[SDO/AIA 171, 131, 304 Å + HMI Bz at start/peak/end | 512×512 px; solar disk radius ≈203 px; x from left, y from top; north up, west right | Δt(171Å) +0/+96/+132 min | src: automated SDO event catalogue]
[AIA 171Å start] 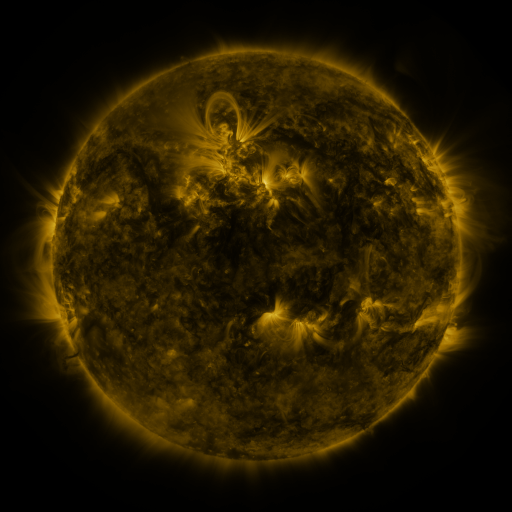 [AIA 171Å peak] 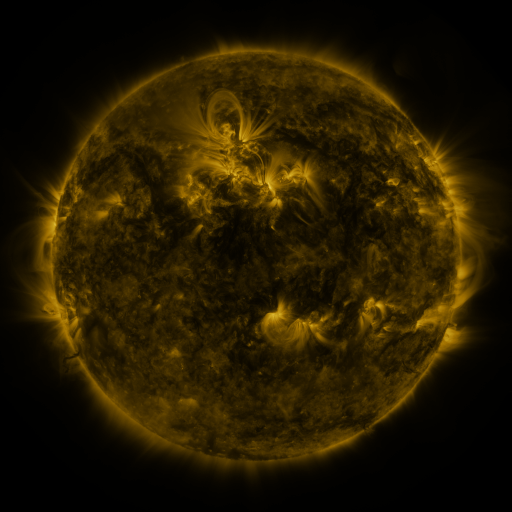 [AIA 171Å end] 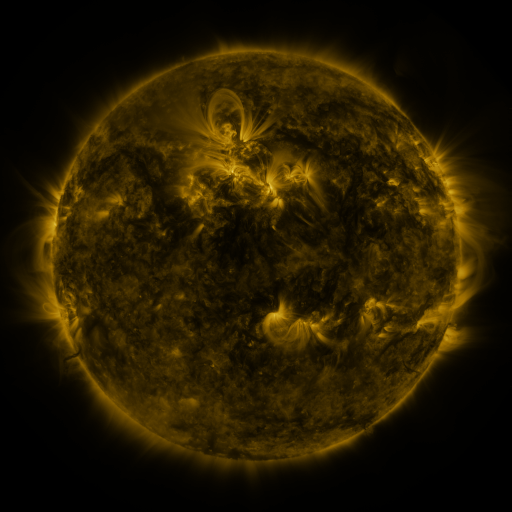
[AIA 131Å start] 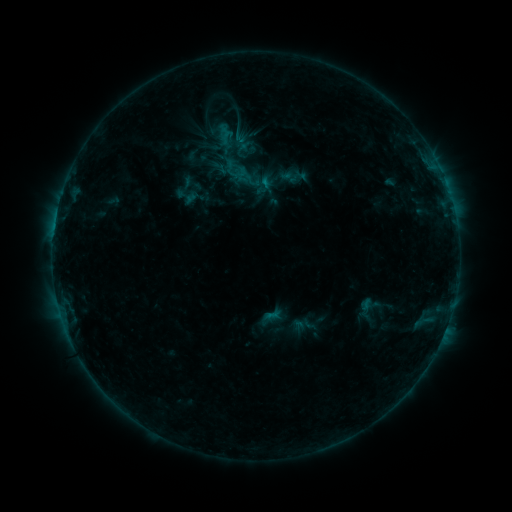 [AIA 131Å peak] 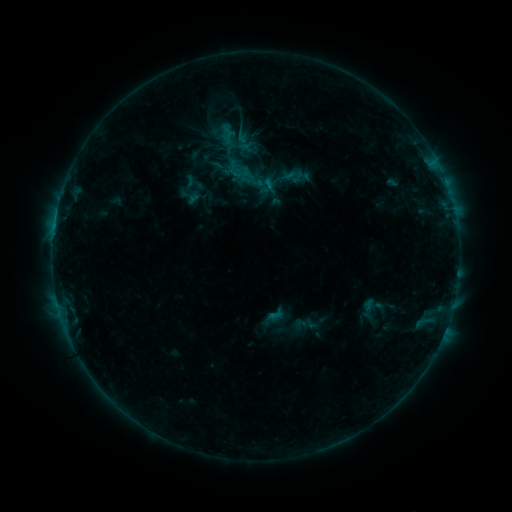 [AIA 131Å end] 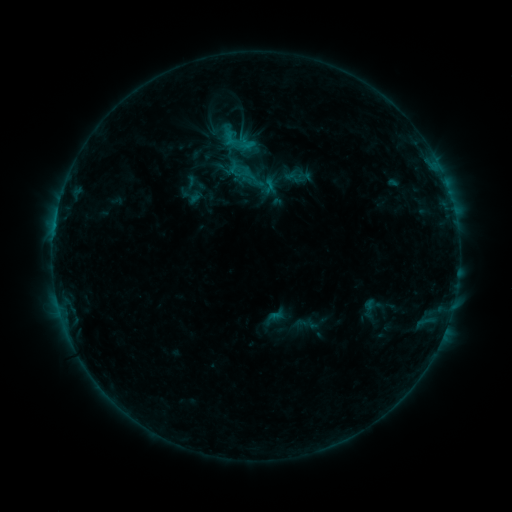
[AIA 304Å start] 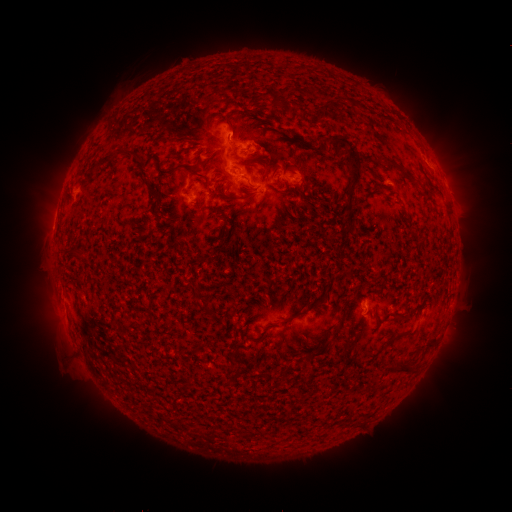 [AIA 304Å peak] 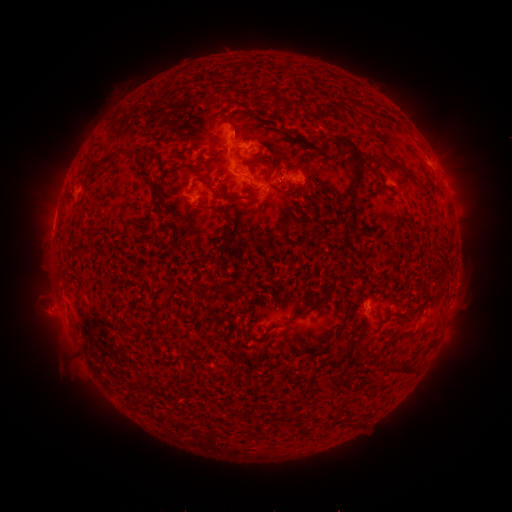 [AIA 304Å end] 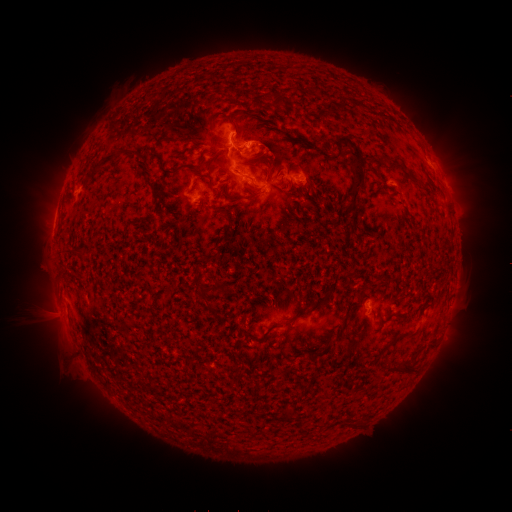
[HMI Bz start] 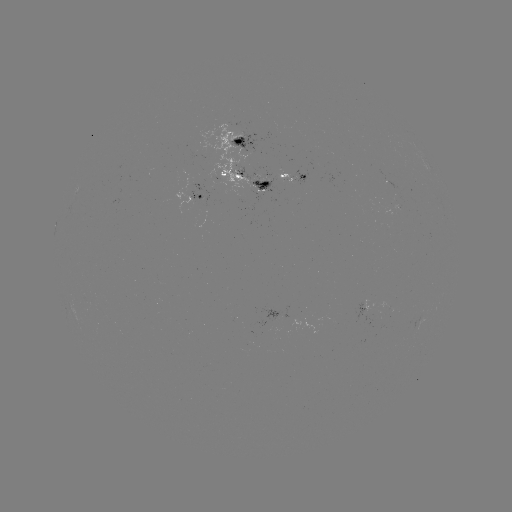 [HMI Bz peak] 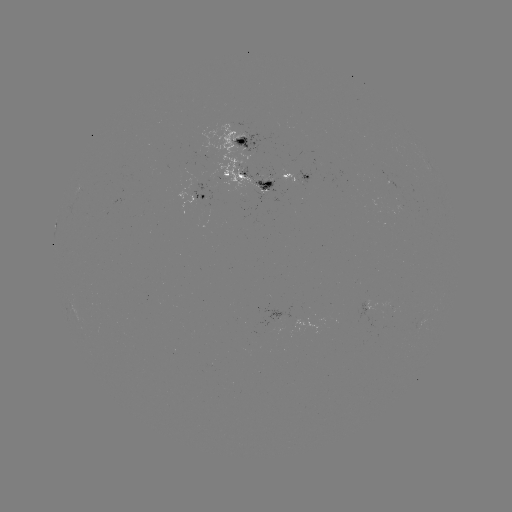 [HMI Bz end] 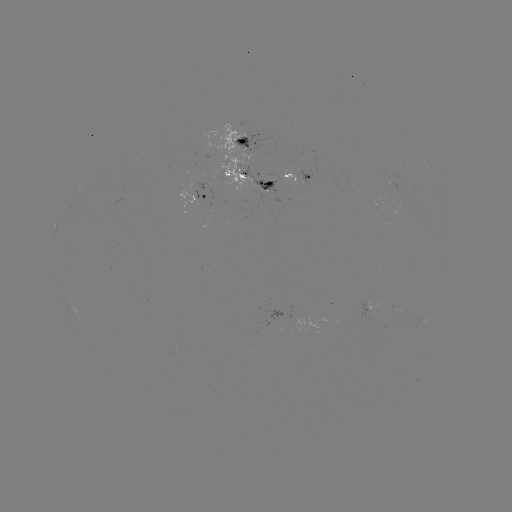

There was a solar emerging-flux region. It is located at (114, 202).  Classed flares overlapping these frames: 3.